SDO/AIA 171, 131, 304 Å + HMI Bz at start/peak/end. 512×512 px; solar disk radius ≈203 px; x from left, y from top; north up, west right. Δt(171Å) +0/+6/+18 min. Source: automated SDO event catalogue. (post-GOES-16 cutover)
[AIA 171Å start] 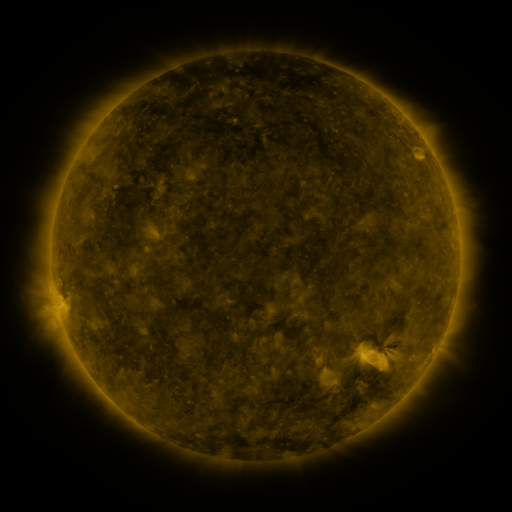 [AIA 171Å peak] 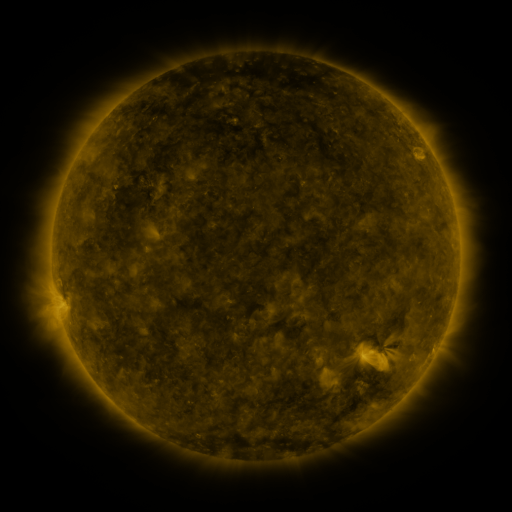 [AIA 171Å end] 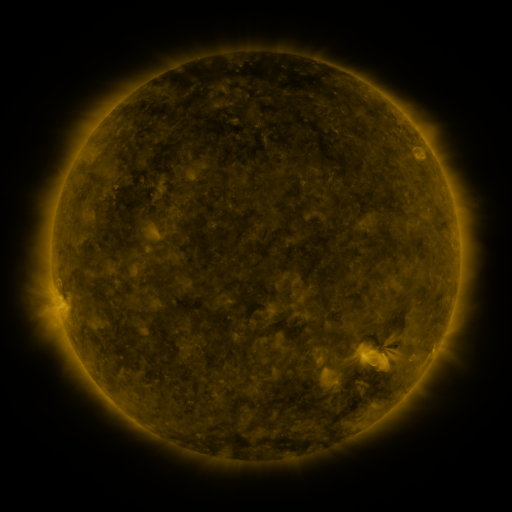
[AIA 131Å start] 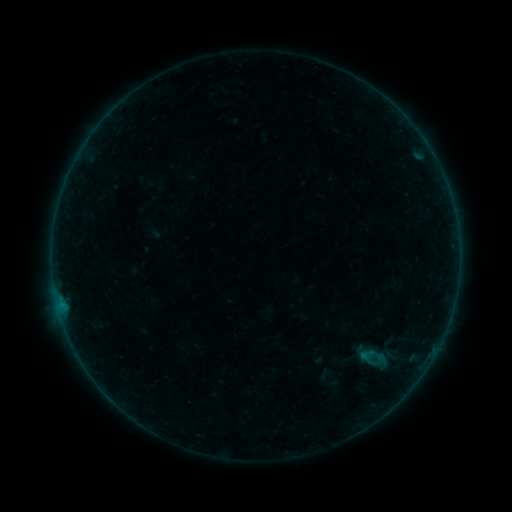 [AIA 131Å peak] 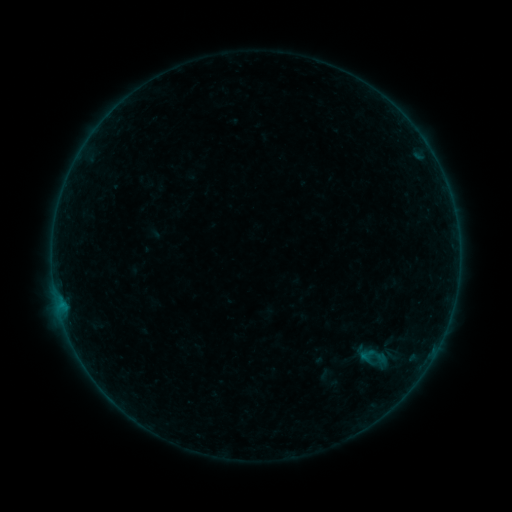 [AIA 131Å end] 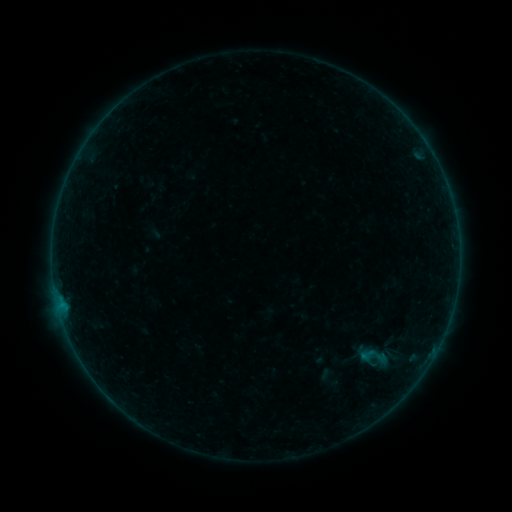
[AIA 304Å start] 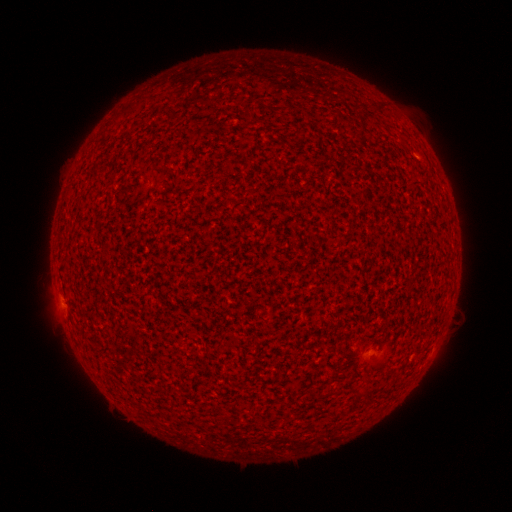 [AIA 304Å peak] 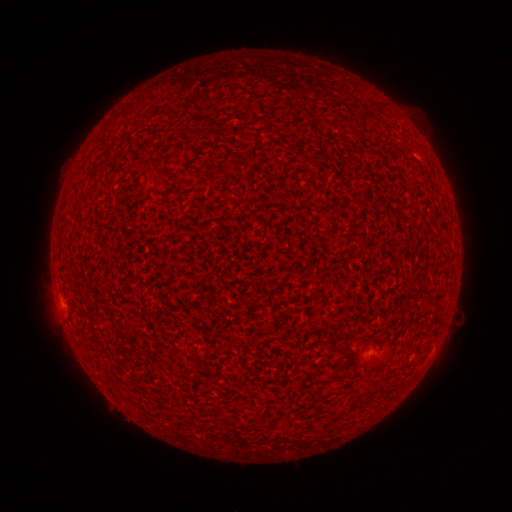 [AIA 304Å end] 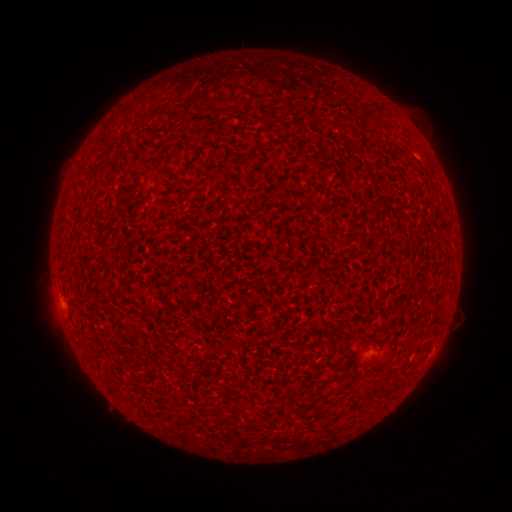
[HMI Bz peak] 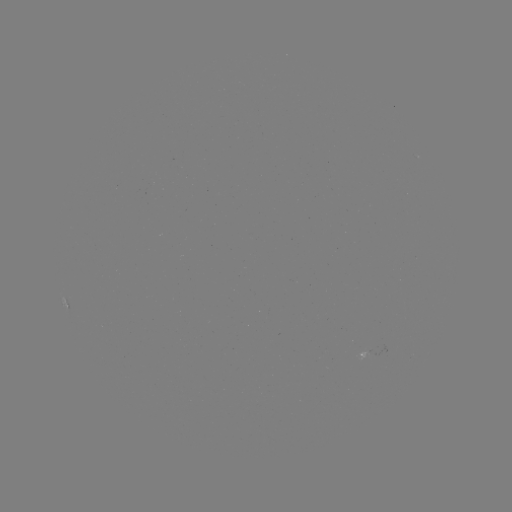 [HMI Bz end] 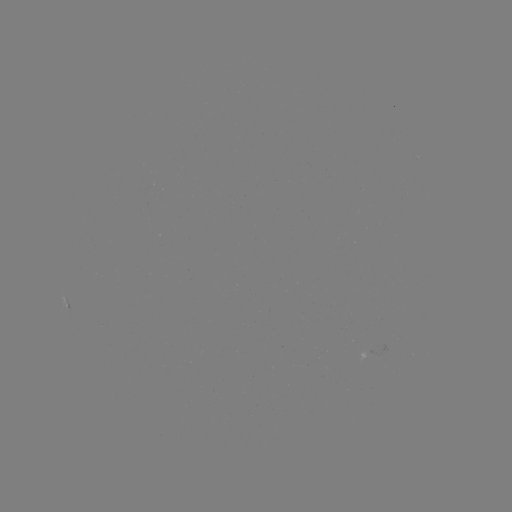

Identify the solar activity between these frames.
A6.6 flare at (62, 302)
